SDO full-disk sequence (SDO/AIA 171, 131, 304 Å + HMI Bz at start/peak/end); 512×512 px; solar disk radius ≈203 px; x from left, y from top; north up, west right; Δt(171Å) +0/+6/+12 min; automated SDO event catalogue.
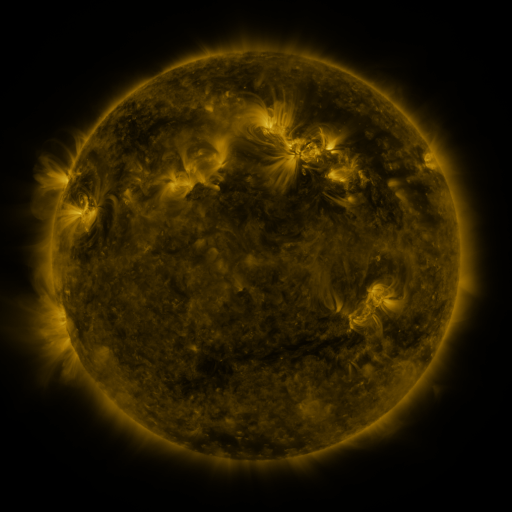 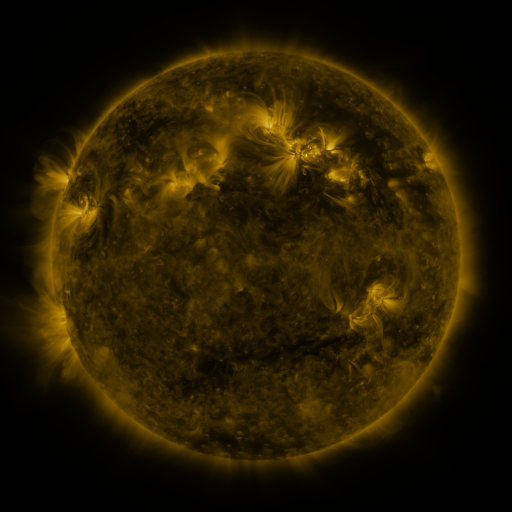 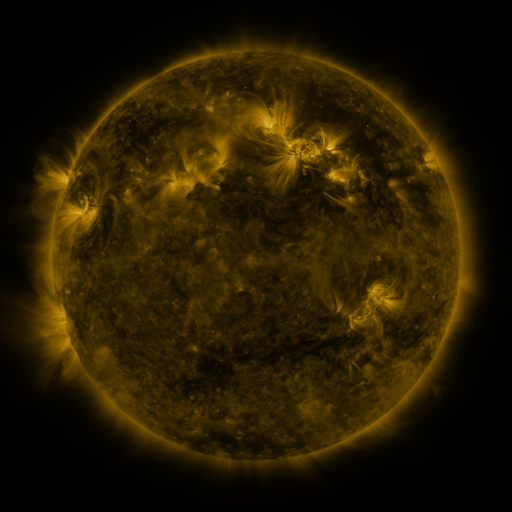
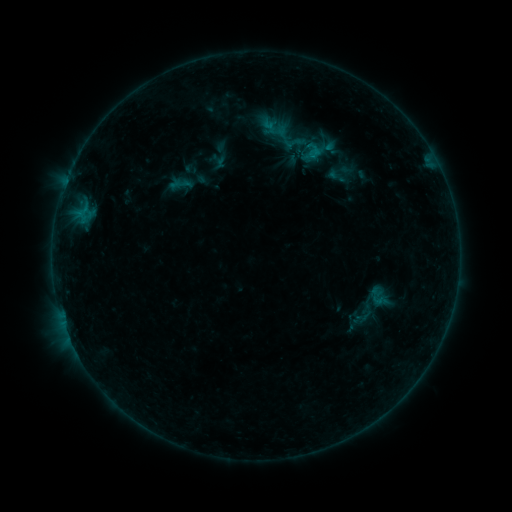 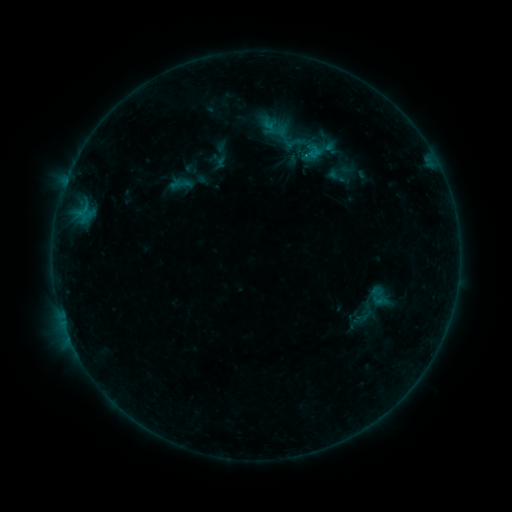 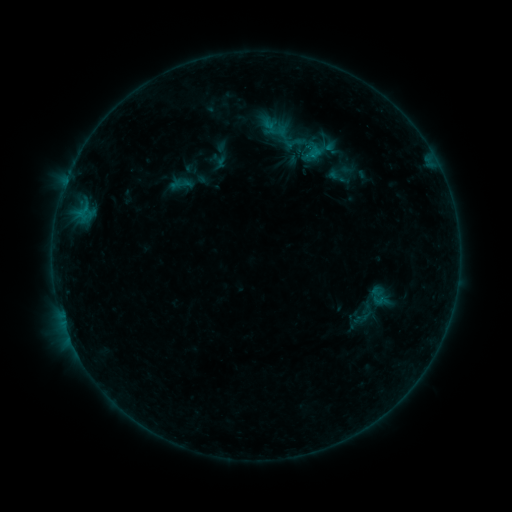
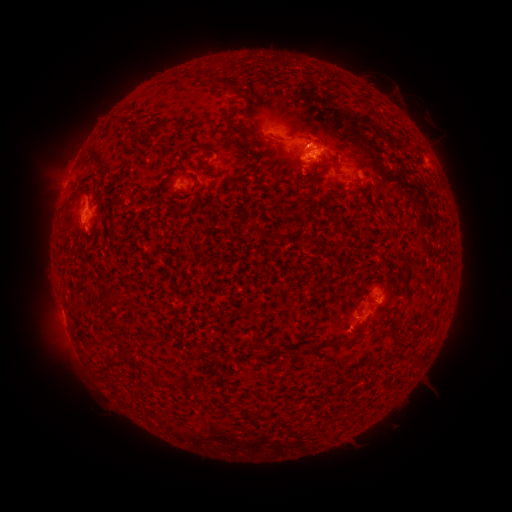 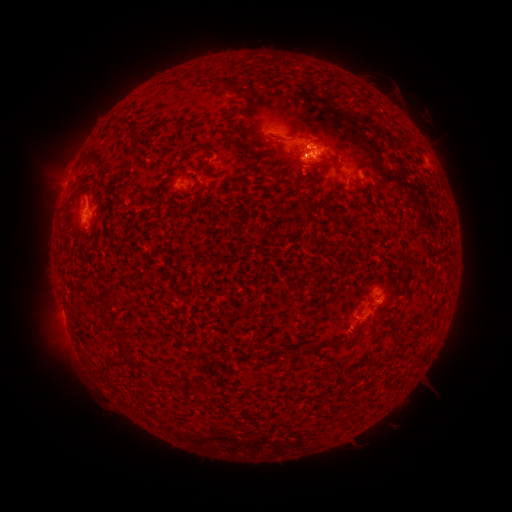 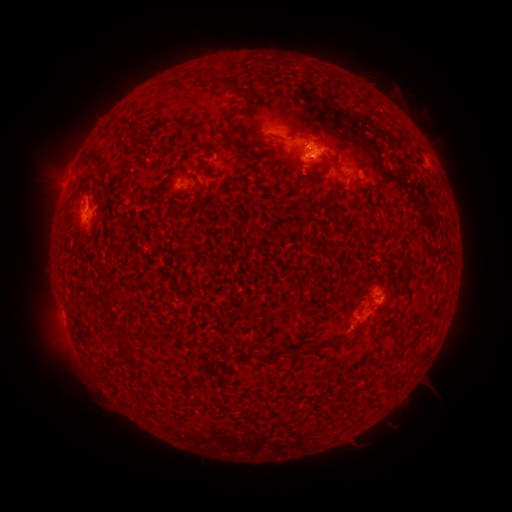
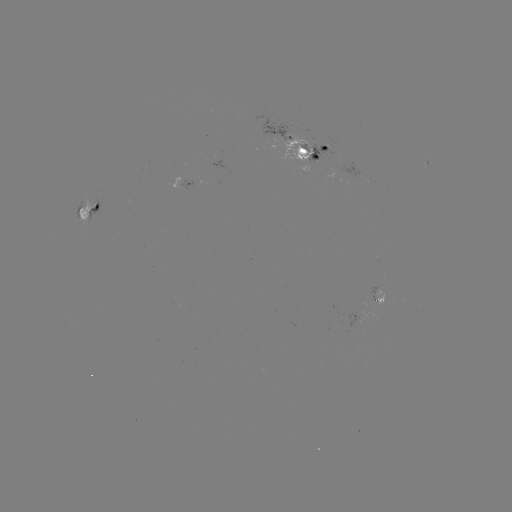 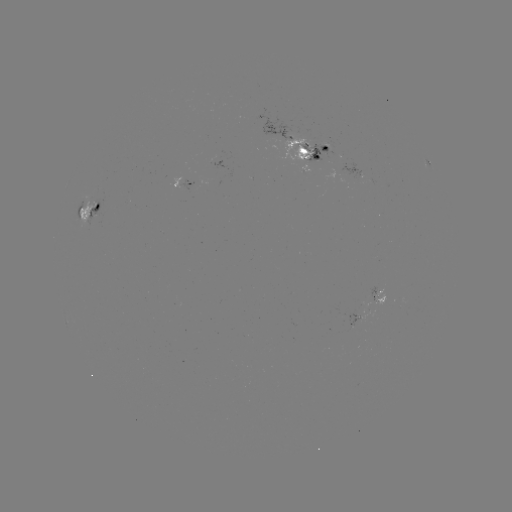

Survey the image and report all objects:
eruption: (310, 125)
